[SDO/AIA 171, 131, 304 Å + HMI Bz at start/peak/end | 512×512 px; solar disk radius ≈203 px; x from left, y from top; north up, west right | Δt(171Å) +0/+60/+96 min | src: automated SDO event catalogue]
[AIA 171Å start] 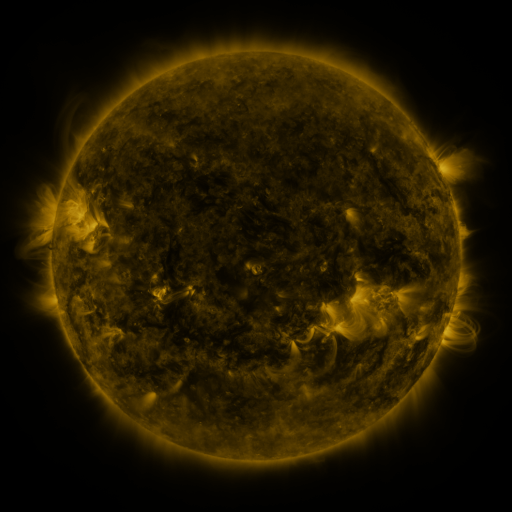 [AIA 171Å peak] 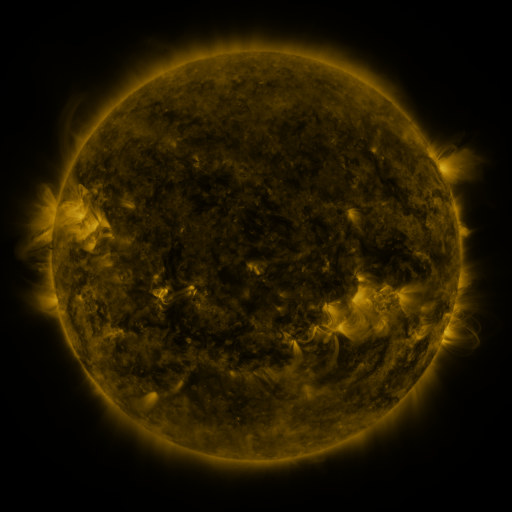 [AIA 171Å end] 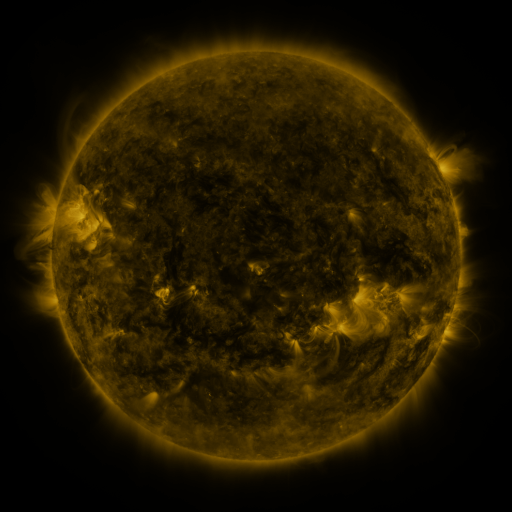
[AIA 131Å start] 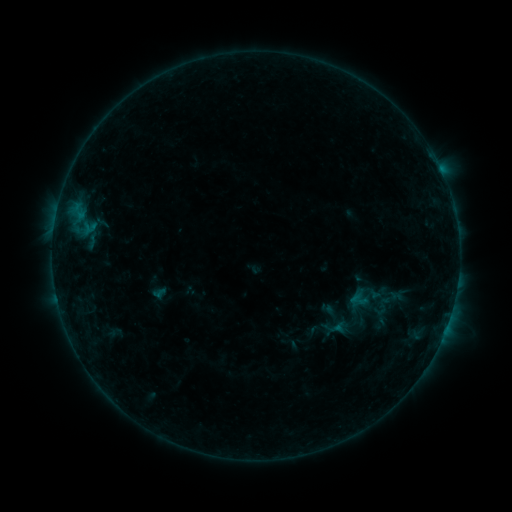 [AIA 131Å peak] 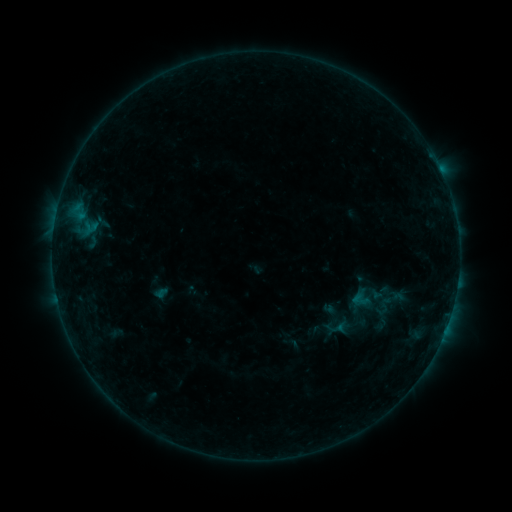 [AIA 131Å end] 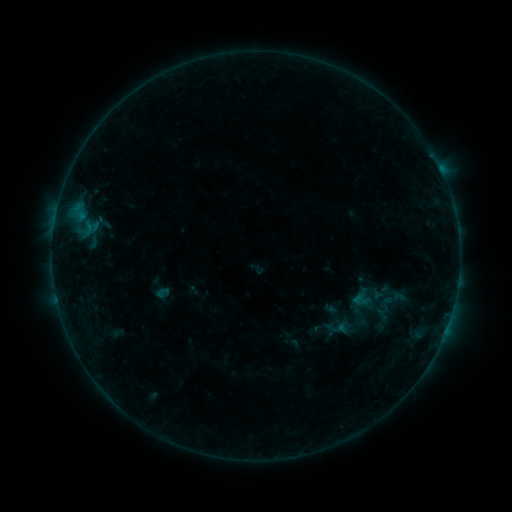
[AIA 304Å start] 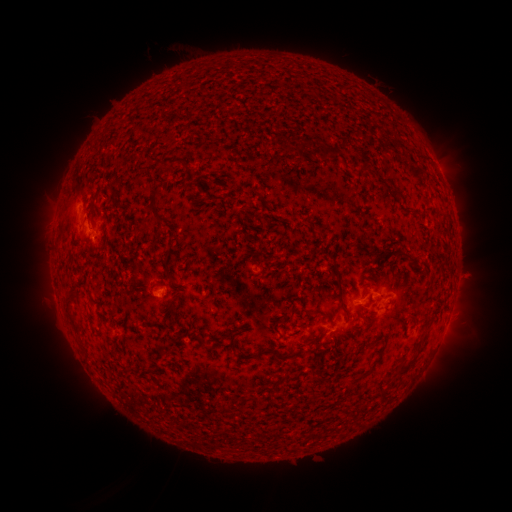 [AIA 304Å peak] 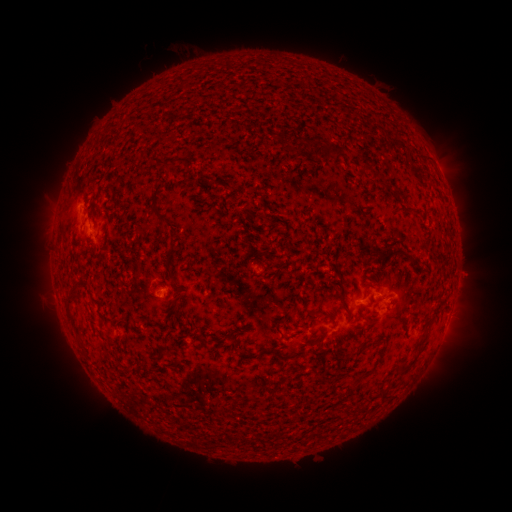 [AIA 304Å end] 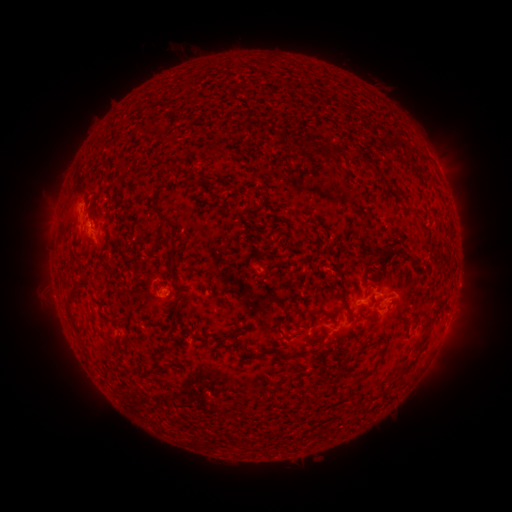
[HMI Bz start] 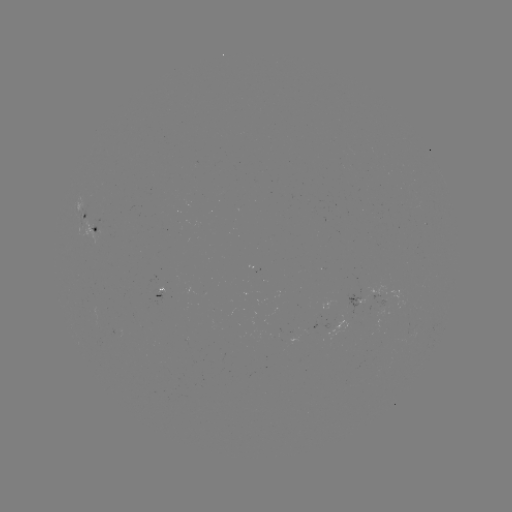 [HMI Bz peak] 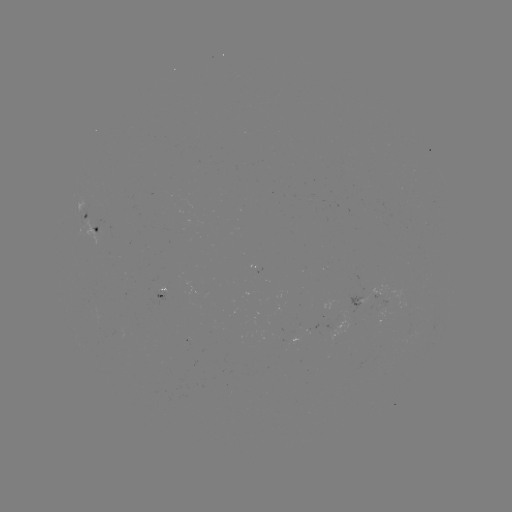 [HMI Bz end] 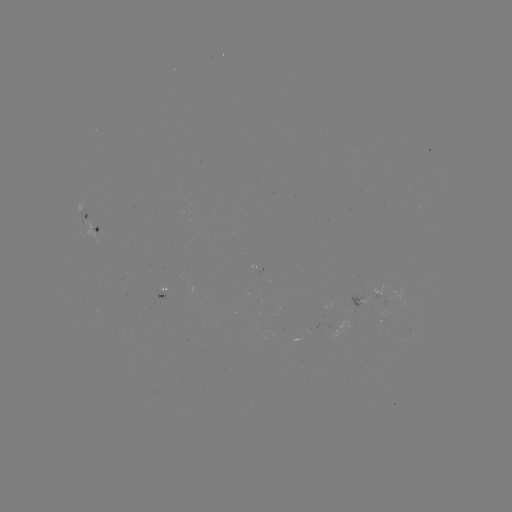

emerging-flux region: <bbox>338, 294, 360, 312</bbox>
